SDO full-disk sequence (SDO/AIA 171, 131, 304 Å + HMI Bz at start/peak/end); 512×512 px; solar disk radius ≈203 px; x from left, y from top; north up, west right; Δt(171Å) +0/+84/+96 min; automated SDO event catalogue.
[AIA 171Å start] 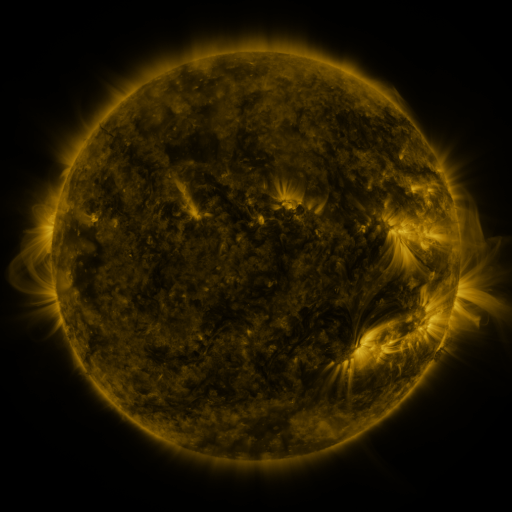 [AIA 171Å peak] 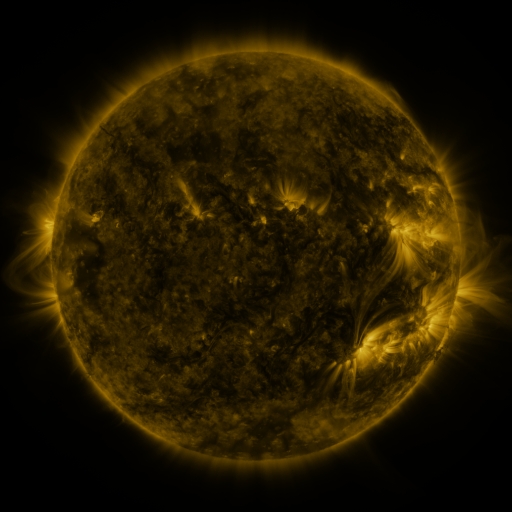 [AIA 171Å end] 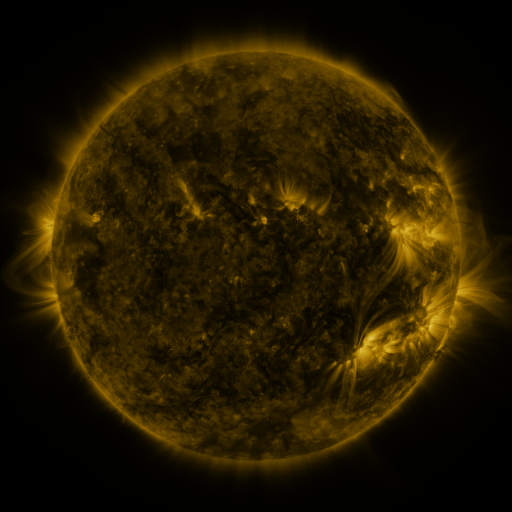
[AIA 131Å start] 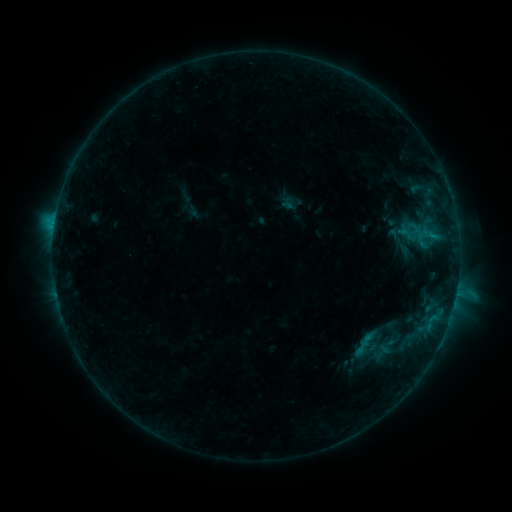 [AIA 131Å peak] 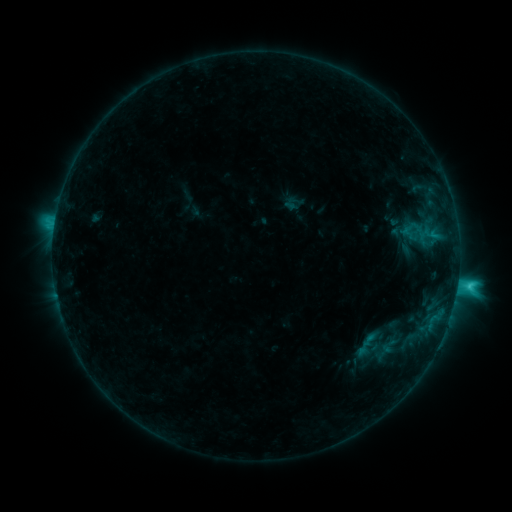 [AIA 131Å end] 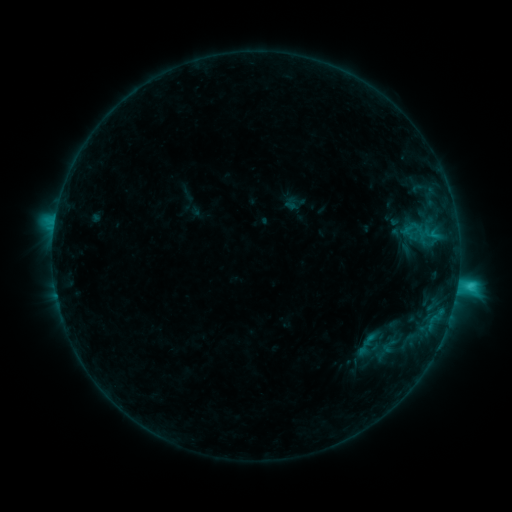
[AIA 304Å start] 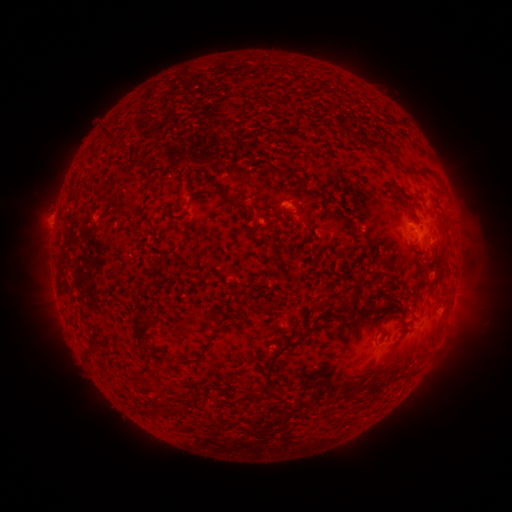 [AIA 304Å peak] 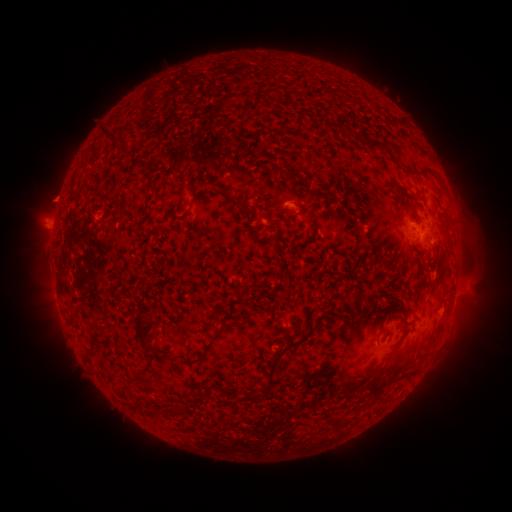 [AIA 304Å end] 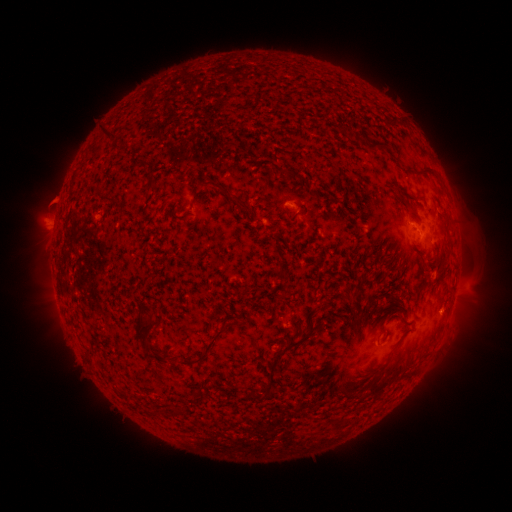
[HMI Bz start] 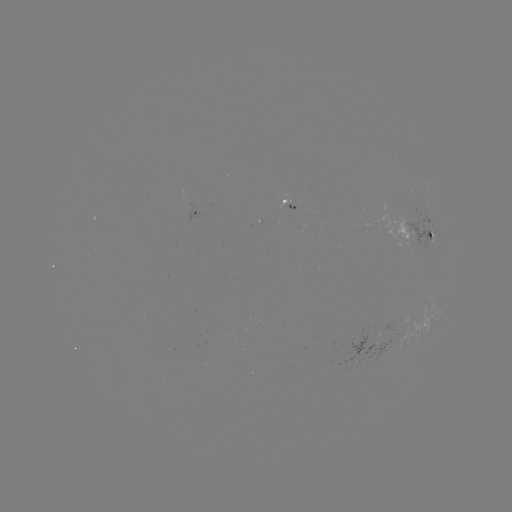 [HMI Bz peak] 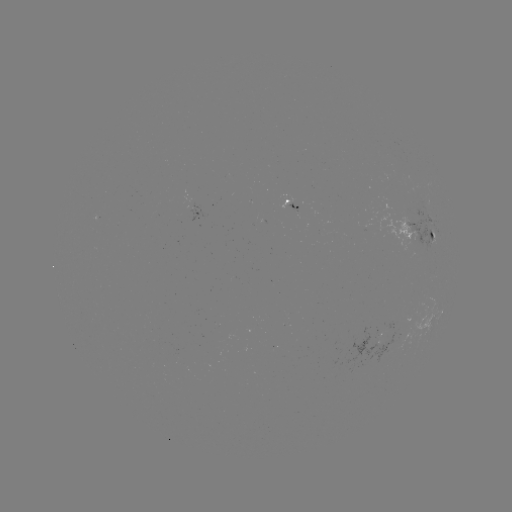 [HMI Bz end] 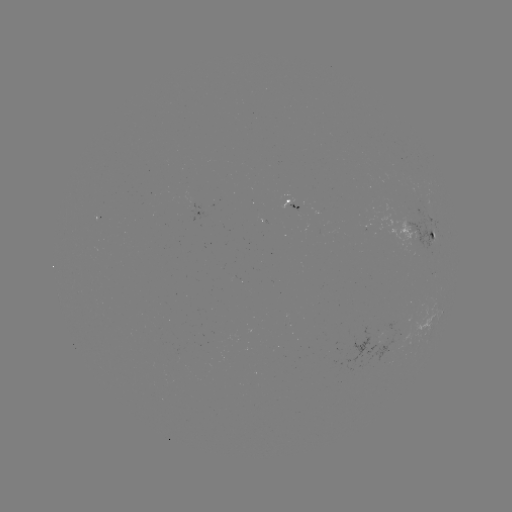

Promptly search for C3.2 flare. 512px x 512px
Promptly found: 432,236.